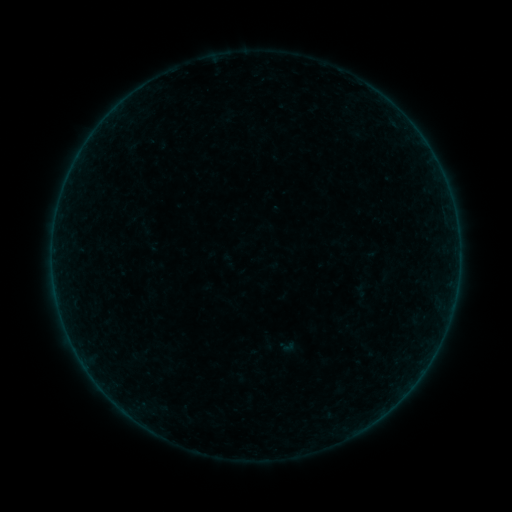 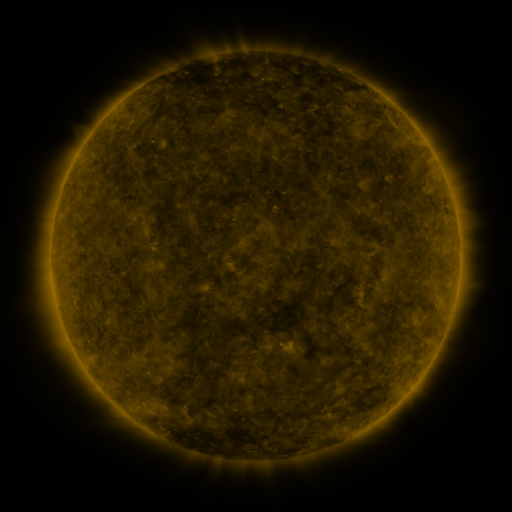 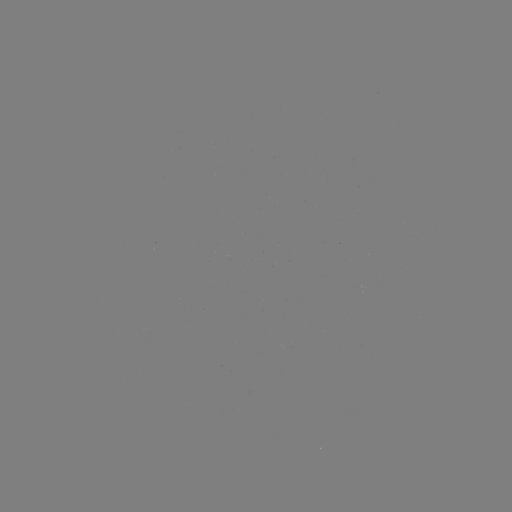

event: sigmoid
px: (287, 346)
